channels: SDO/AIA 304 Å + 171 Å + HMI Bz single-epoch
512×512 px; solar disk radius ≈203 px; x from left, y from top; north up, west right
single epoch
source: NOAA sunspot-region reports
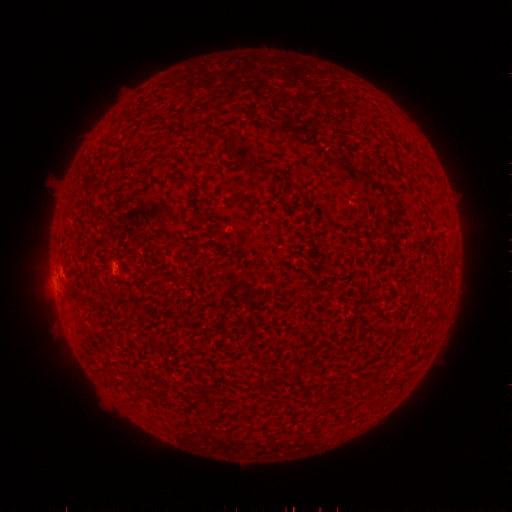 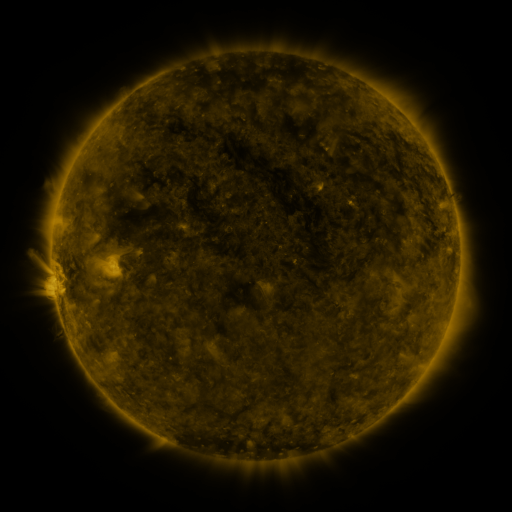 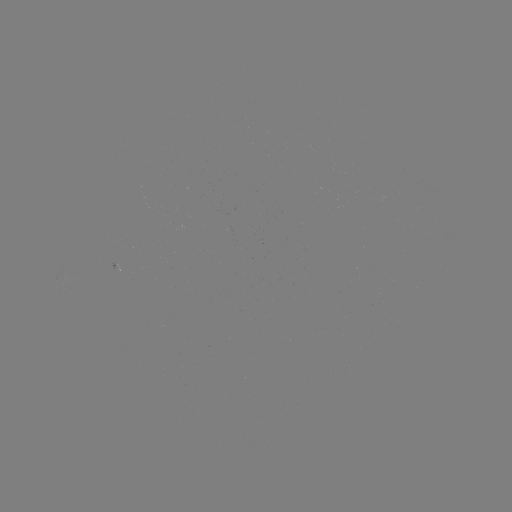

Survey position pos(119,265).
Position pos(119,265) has spotted active region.